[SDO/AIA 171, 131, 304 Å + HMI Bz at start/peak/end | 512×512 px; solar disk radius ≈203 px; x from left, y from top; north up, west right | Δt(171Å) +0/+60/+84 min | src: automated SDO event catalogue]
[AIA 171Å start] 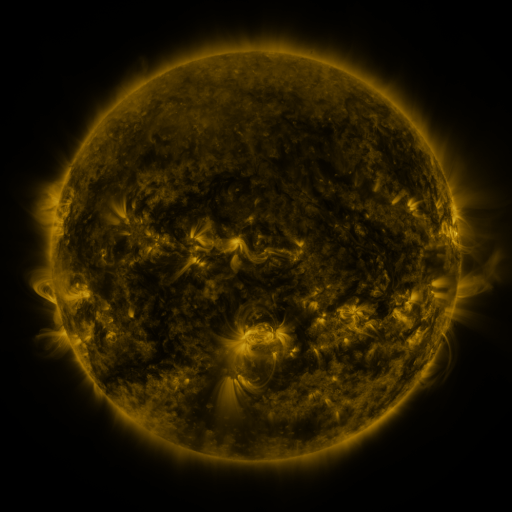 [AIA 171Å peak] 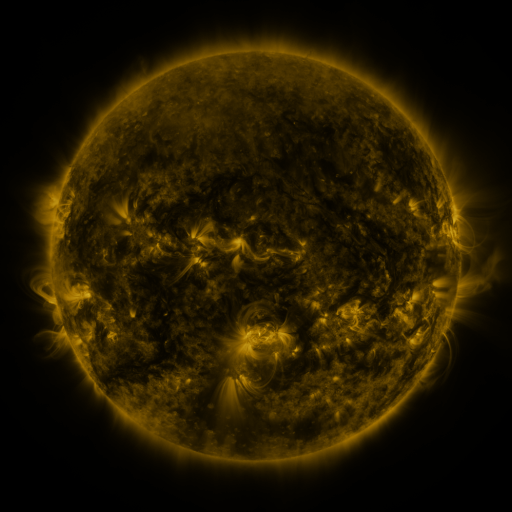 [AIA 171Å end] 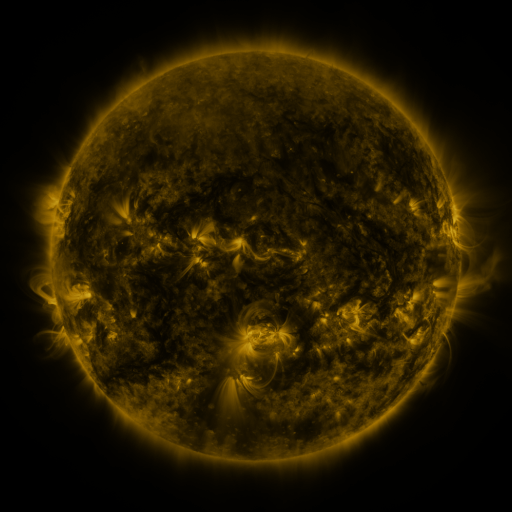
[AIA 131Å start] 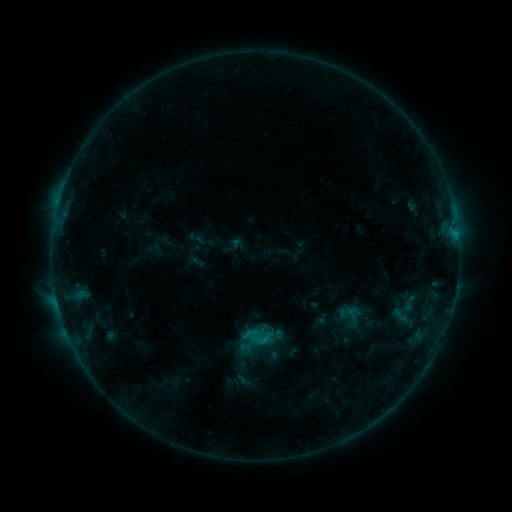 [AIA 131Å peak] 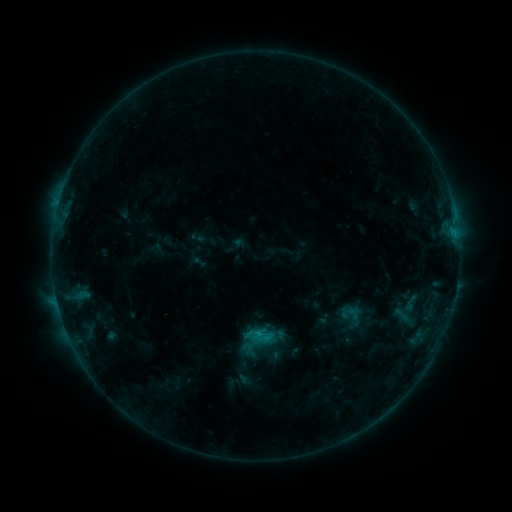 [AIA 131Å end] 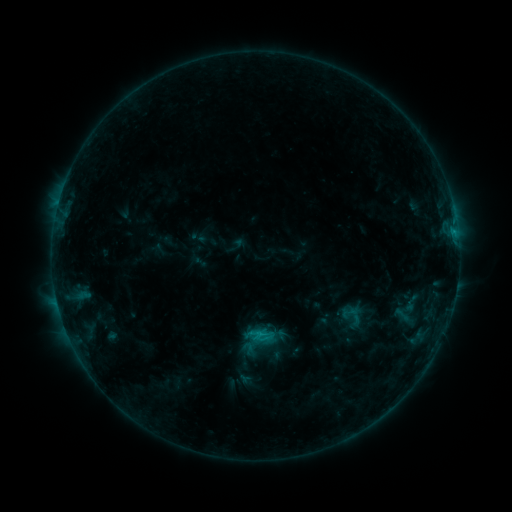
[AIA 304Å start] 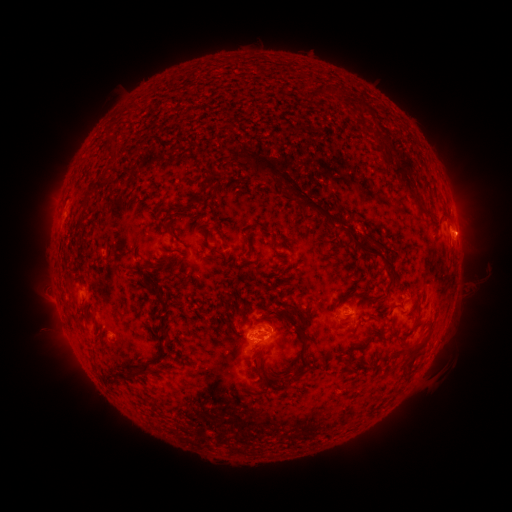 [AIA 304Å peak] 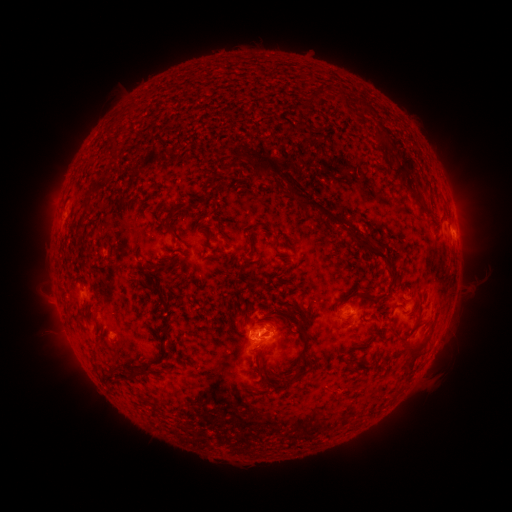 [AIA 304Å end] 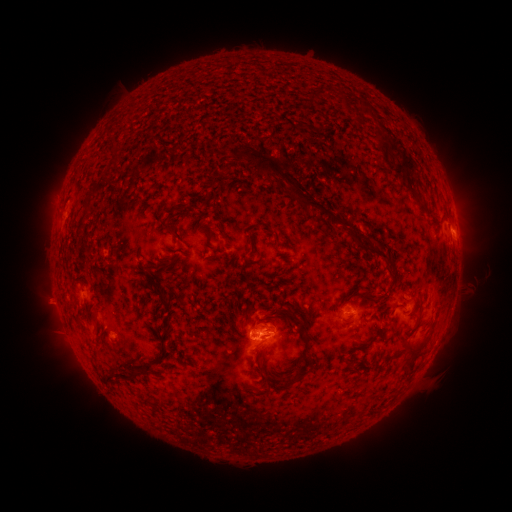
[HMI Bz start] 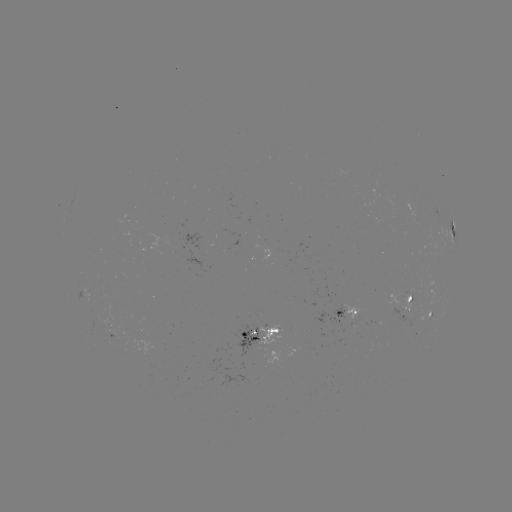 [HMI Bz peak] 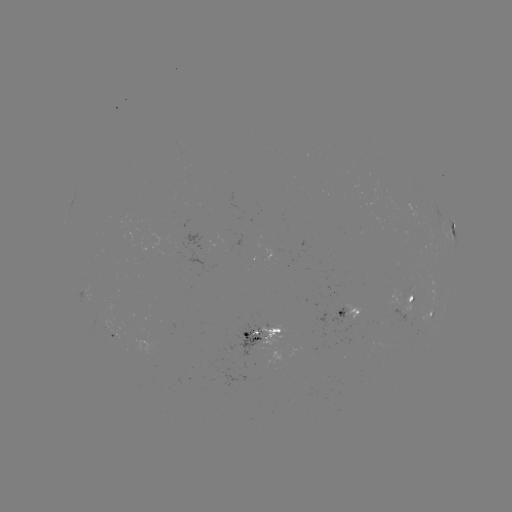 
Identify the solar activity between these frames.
emerging-flux region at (109, 337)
